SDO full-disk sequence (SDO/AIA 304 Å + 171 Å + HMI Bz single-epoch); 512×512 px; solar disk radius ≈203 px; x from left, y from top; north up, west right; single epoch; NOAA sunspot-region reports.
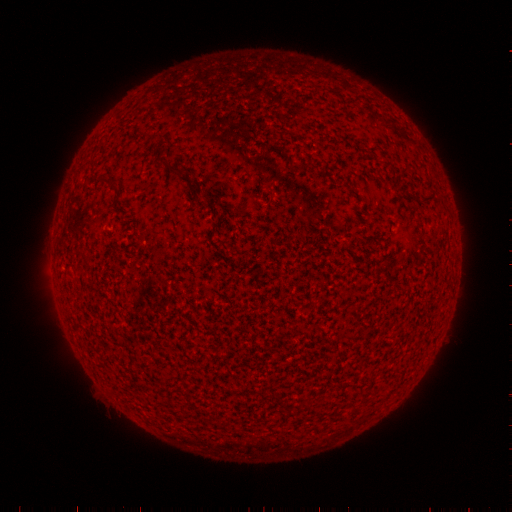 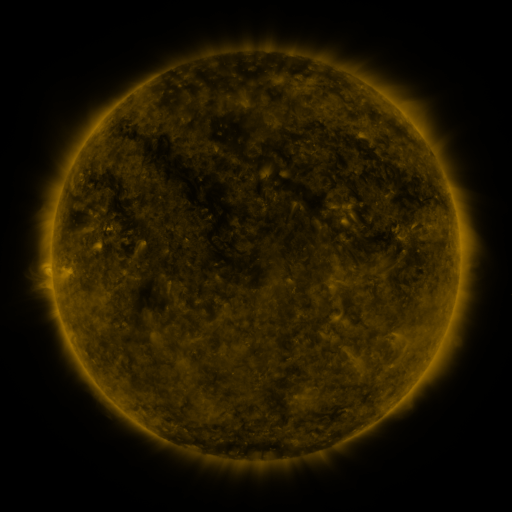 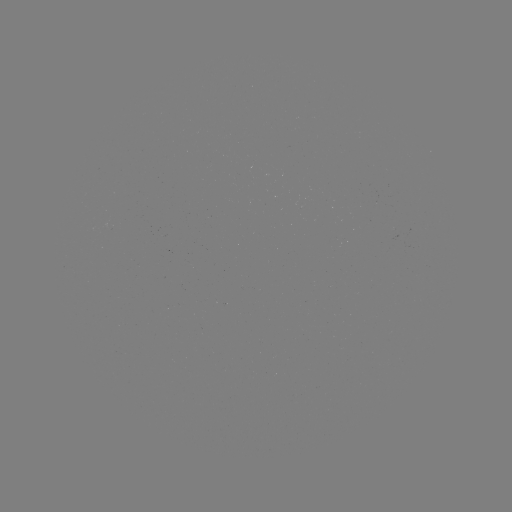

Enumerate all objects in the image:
(none)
